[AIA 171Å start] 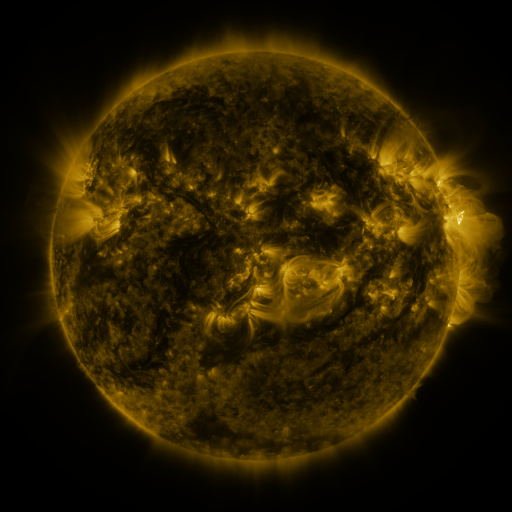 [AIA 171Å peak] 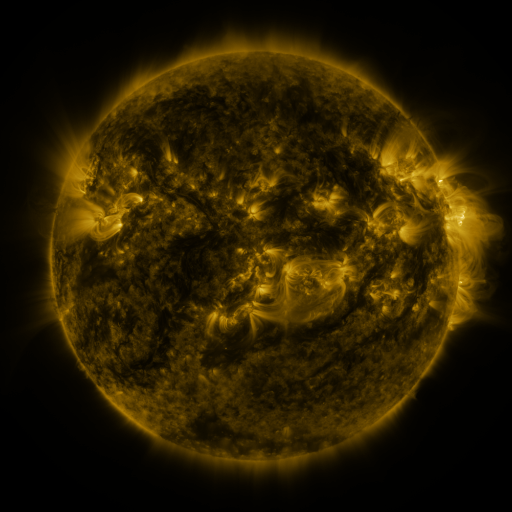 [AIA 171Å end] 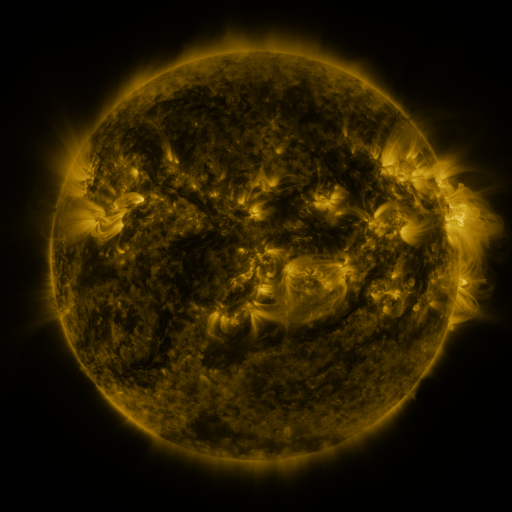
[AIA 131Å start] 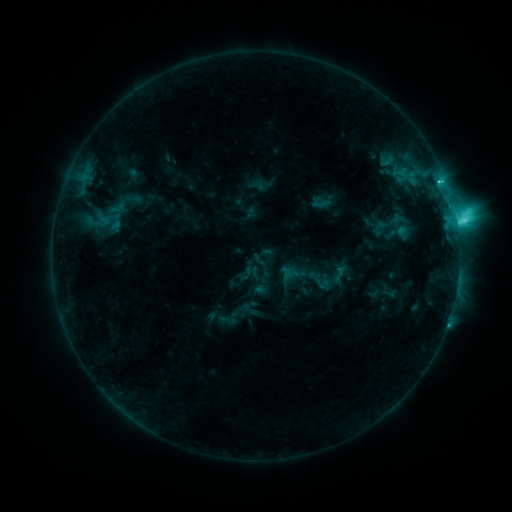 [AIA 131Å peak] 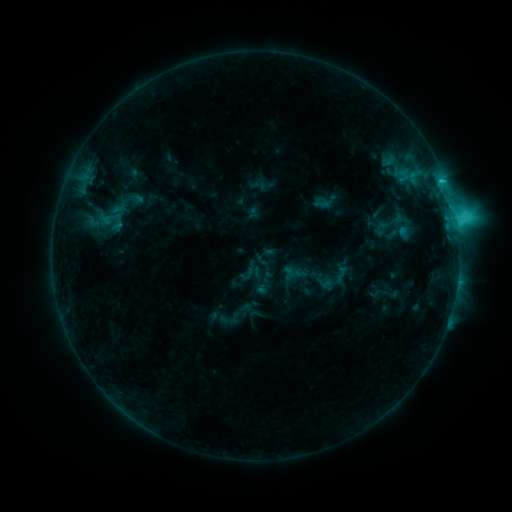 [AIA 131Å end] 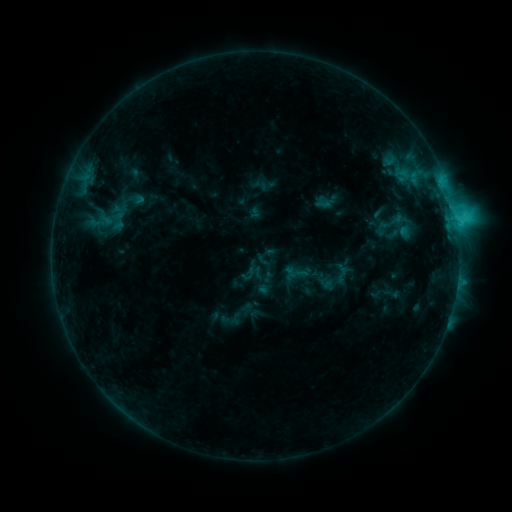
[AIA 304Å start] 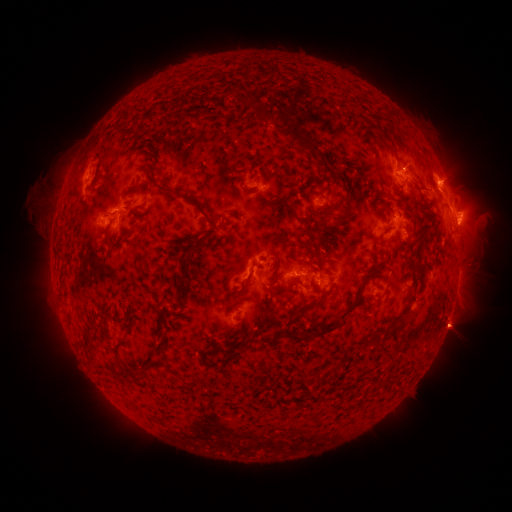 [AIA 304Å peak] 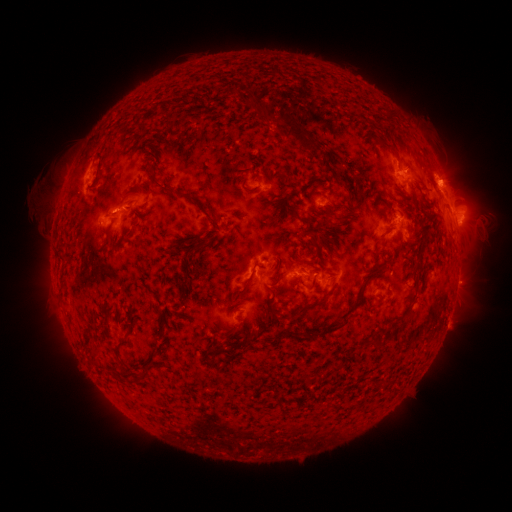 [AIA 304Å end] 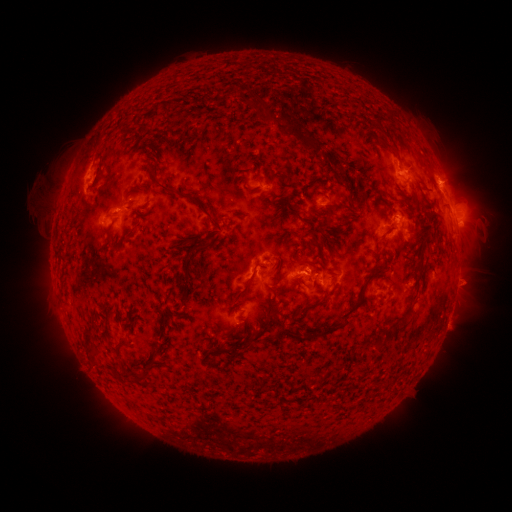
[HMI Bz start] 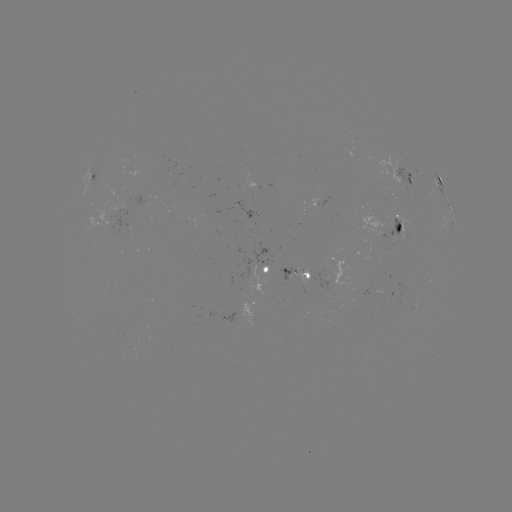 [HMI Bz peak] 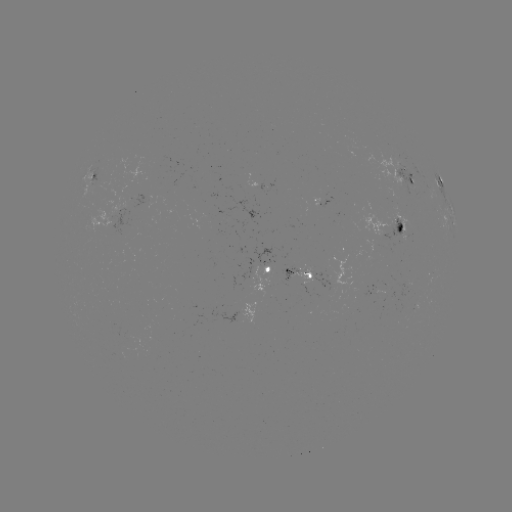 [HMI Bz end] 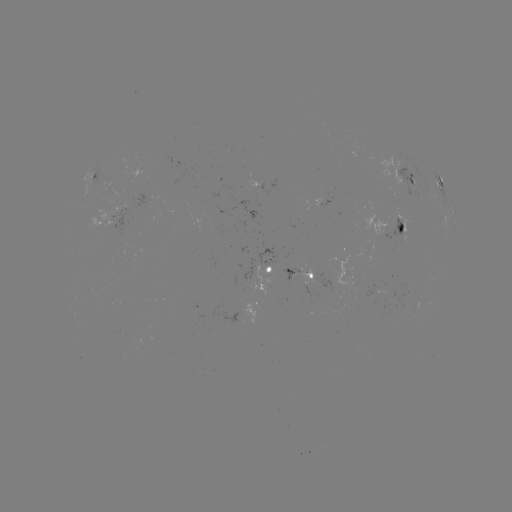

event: emerging-flux region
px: (176, 177)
